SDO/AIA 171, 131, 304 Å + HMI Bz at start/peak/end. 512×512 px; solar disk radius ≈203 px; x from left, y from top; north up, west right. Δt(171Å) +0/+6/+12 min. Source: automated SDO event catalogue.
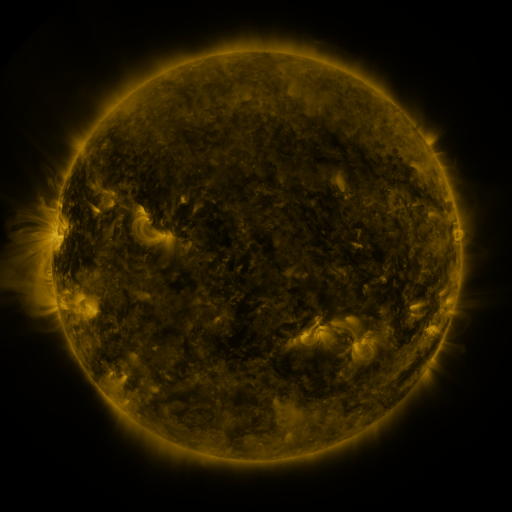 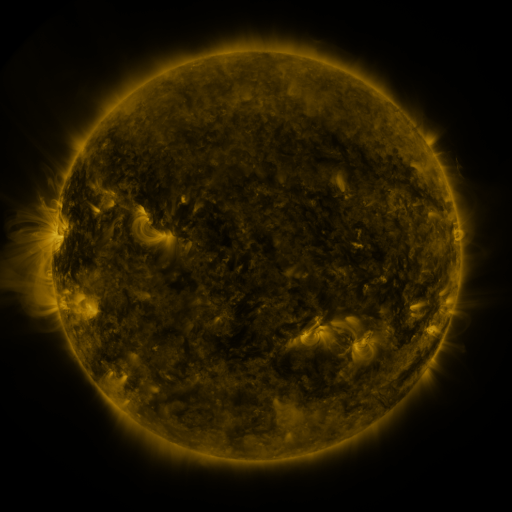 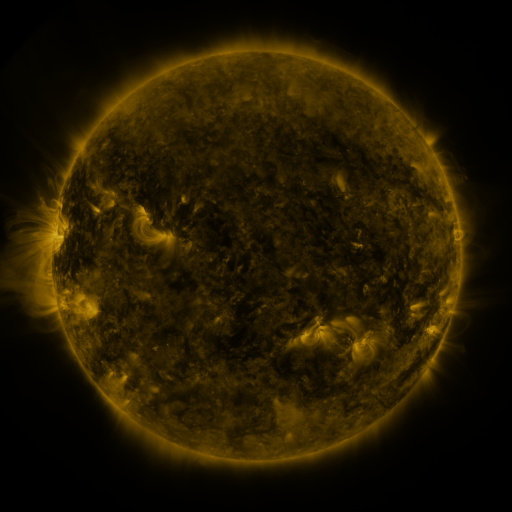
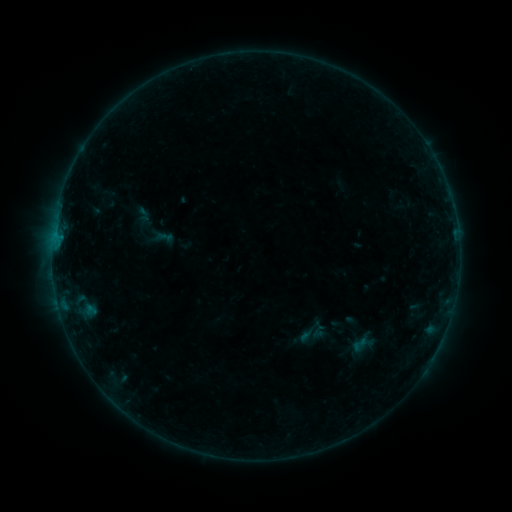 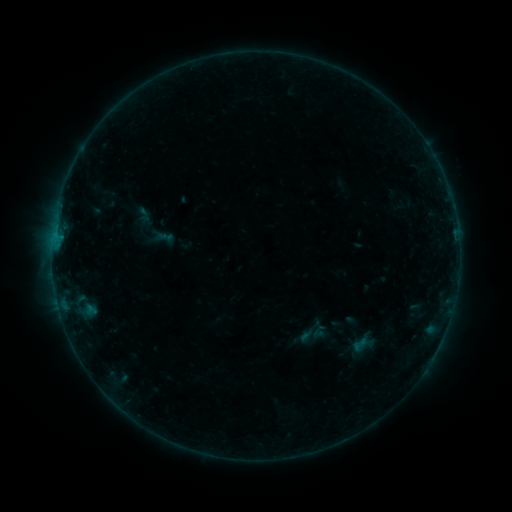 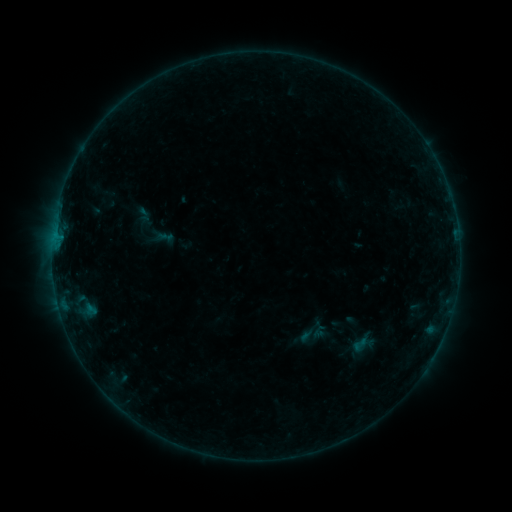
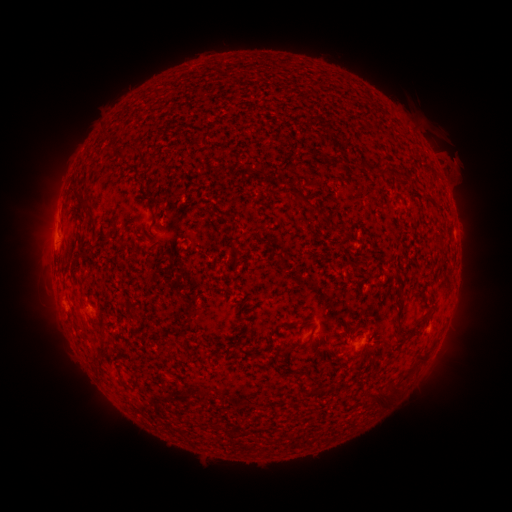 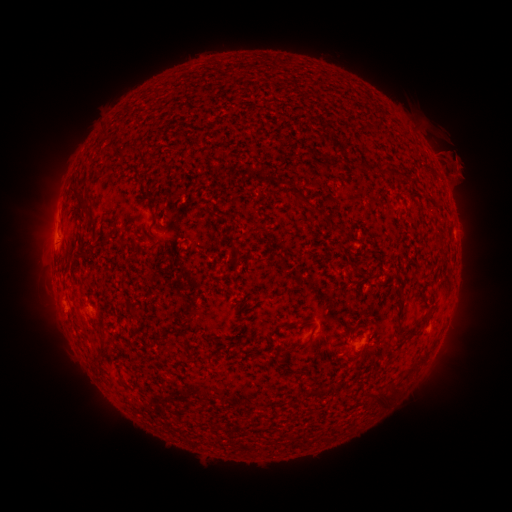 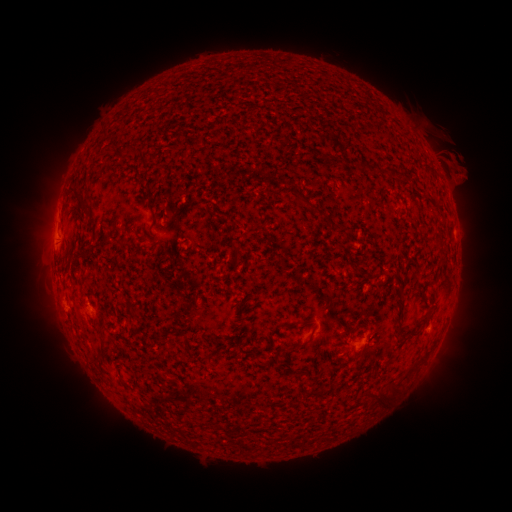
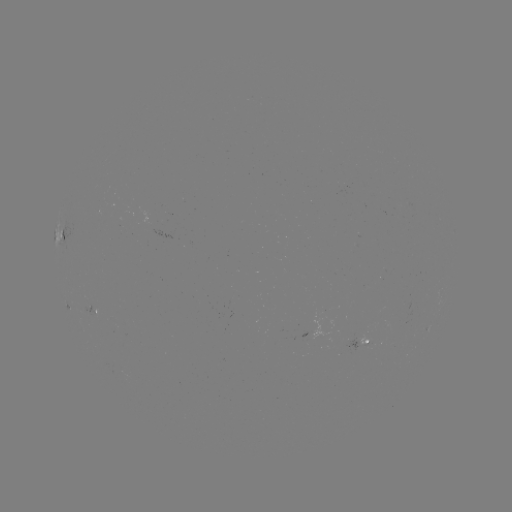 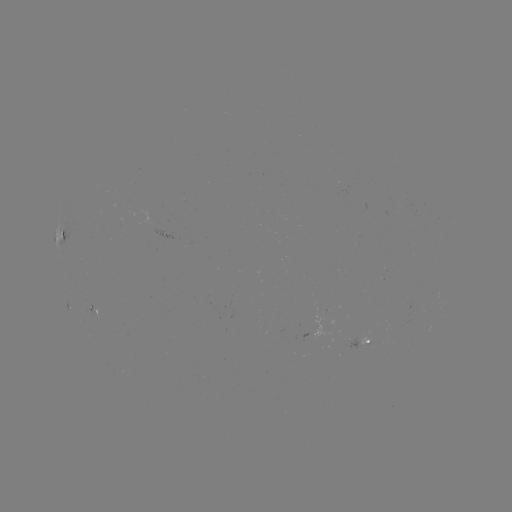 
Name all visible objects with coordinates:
eruption: (457, 166)
